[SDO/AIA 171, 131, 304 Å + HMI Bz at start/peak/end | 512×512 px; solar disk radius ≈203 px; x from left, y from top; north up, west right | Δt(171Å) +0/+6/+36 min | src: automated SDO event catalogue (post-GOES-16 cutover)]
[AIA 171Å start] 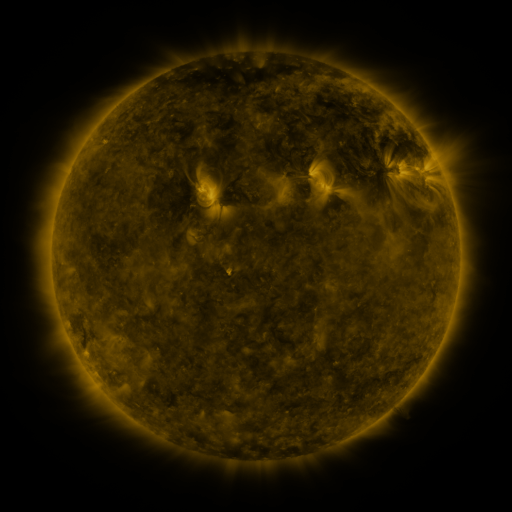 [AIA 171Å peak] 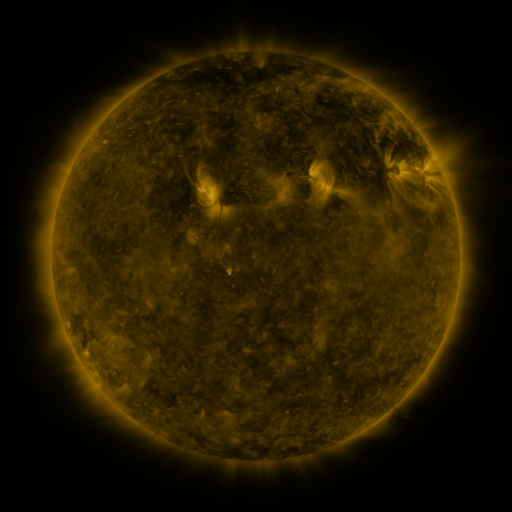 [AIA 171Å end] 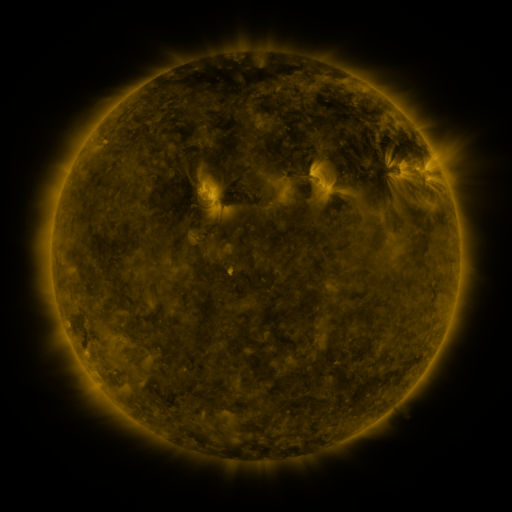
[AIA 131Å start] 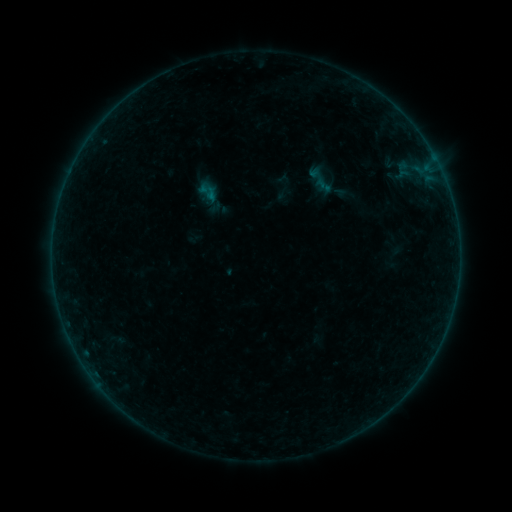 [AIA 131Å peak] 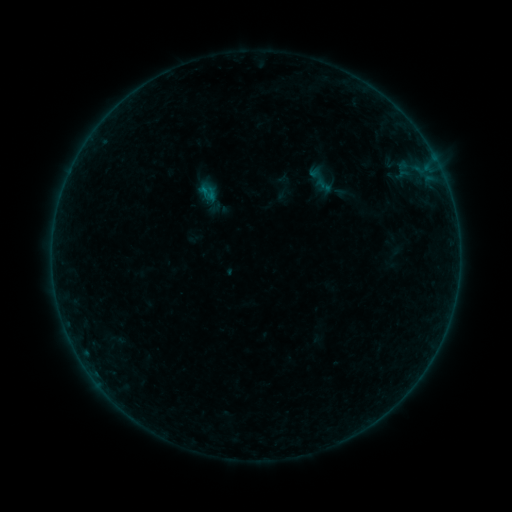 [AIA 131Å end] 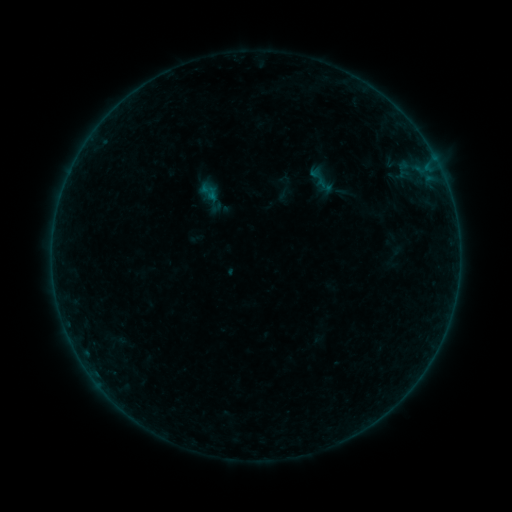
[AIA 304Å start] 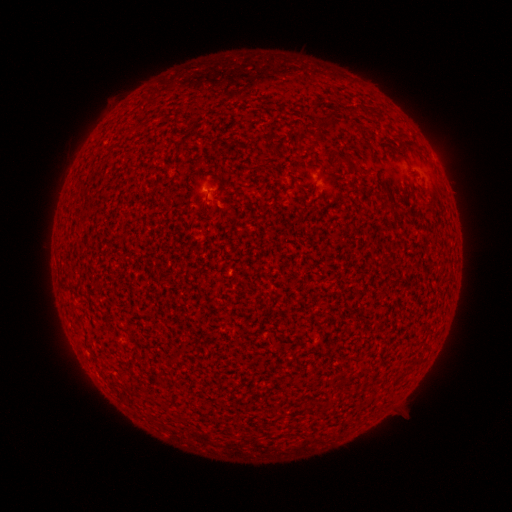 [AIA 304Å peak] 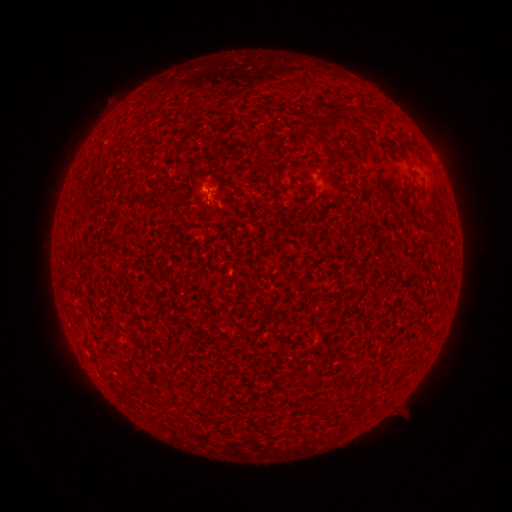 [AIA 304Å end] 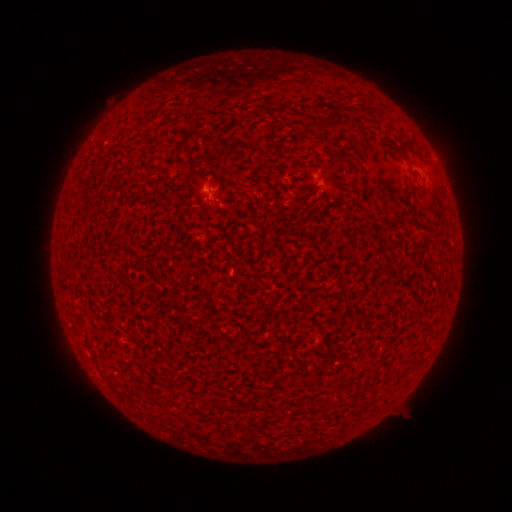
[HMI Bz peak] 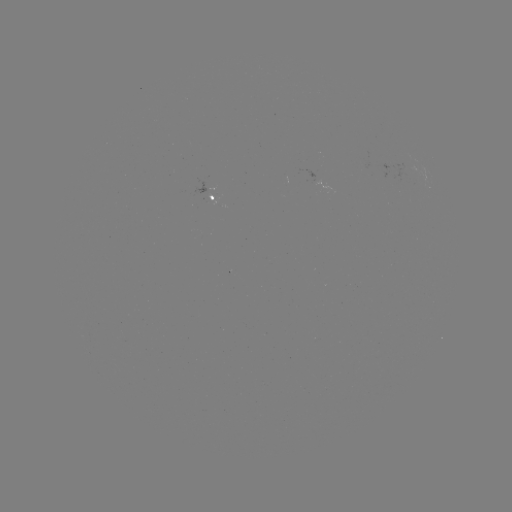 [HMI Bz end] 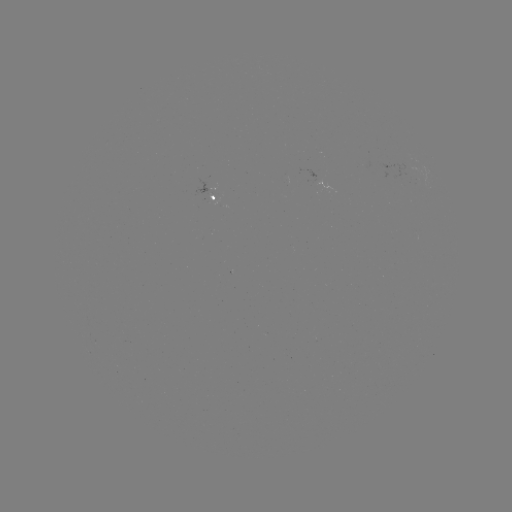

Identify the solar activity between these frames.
B1.2 flare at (207, 193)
